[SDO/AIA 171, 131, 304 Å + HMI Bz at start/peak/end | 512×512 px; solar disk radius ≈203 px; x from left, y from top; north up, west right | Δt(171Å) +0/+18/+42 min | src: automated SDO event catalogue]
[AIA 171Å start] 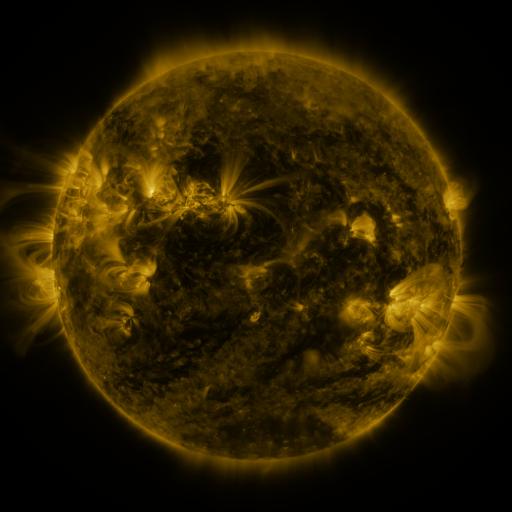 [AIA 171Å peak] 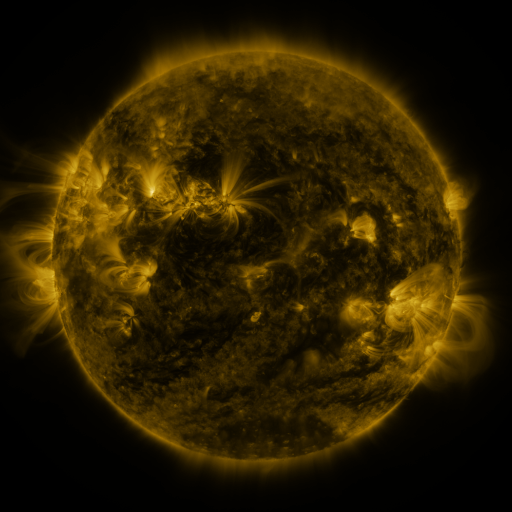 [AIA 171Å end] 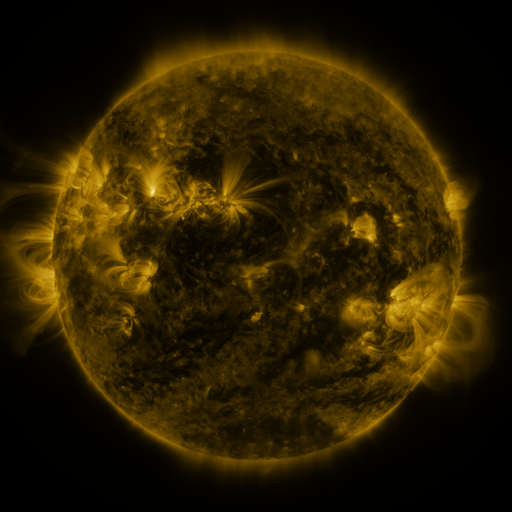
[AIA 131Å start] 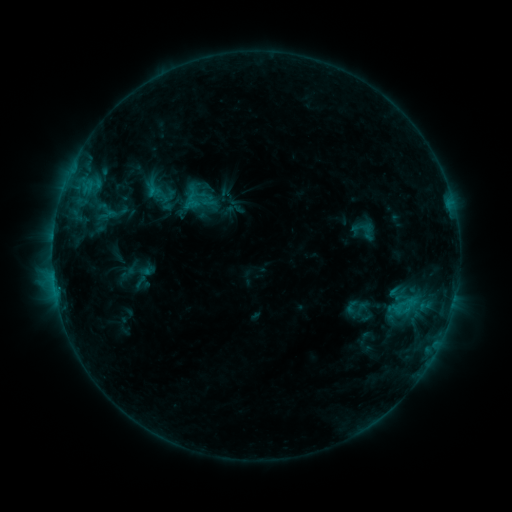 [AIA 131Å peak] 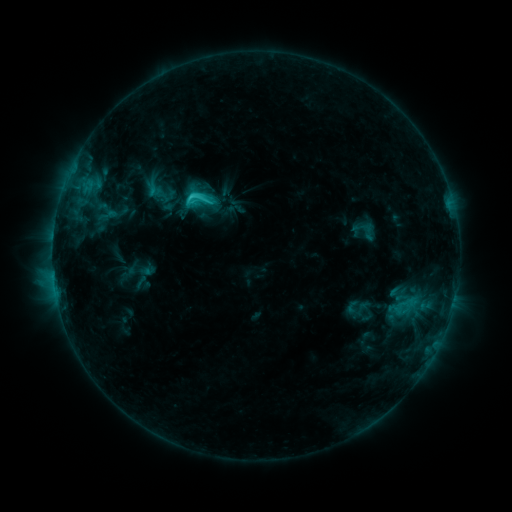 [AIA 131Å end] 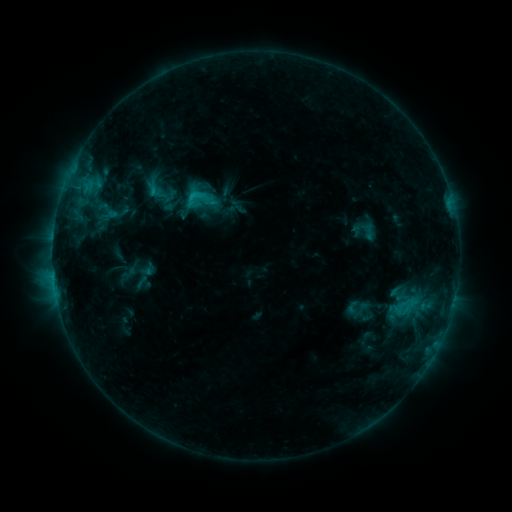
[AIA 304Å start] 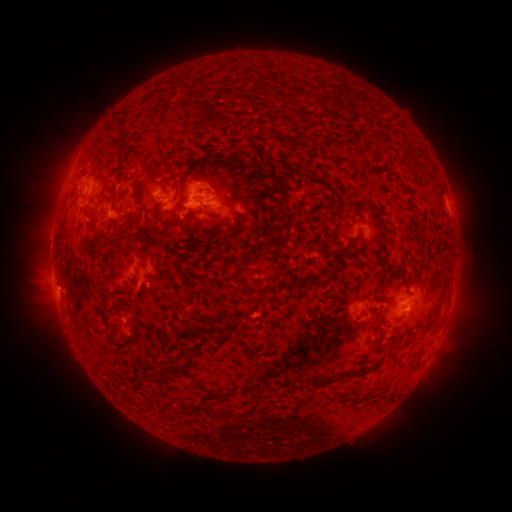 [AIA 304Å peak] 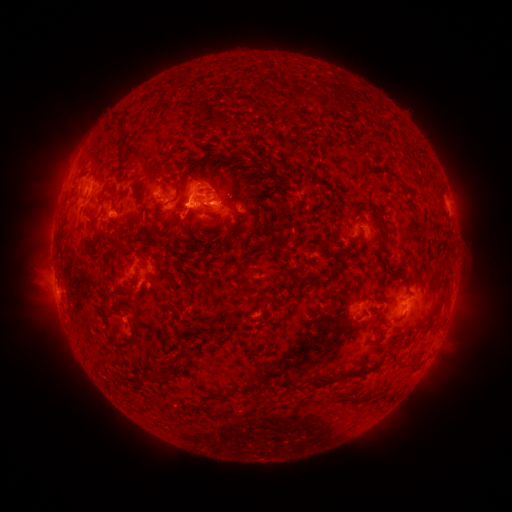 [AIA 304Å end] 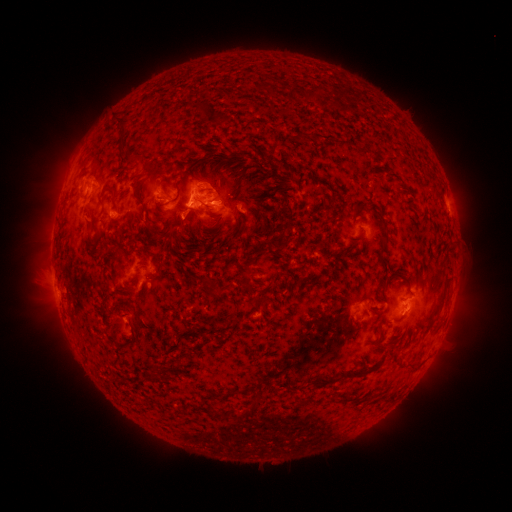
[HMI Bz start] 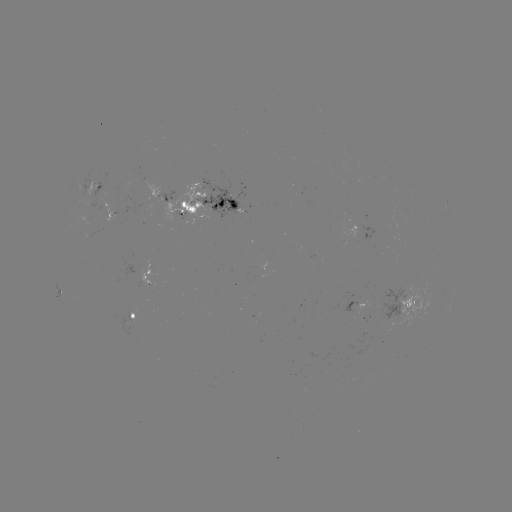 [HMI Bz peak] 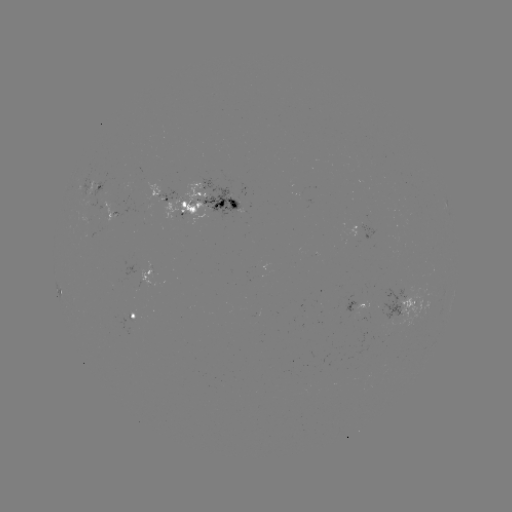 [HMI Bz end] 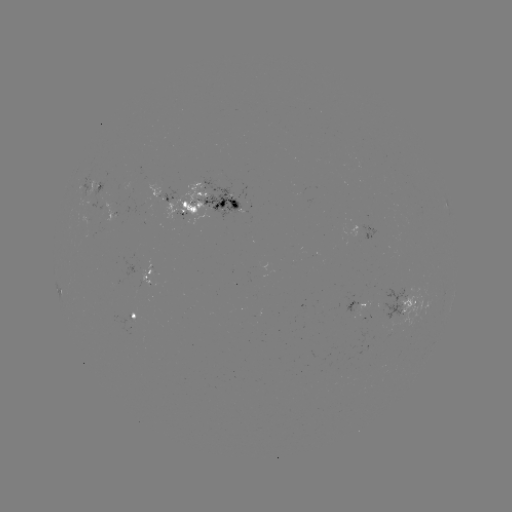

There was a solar flare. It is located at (194, 199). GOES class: C2.2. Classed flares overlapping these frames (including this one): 1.